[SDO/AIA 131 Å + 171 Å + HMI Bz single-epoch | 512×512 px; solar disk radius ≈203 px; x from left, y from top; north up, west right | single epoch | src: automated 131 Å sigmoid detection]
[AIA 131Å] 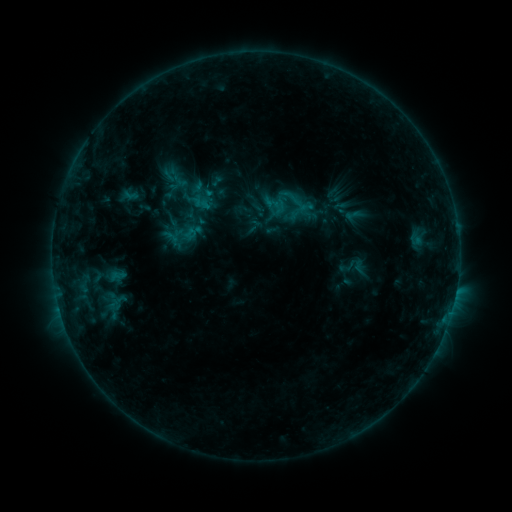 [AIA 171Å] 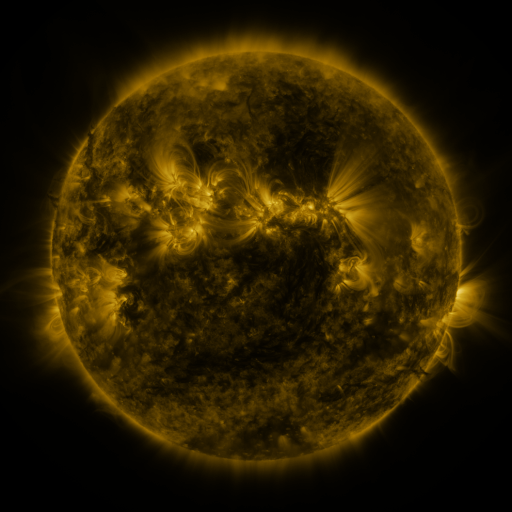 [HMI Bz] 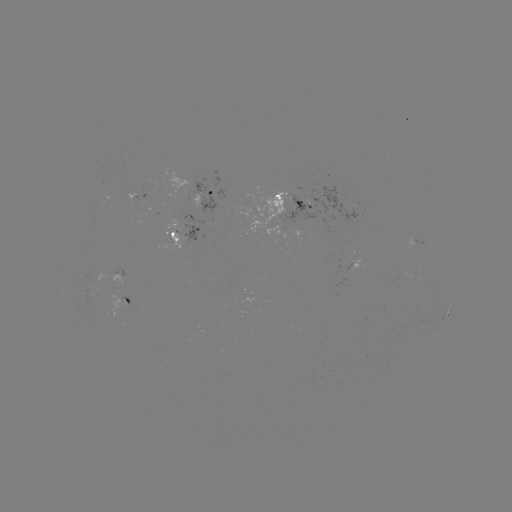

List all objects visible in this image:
sigmoid: (168, 168, 194, 194)
sigmoid: (260, 192, 289, 219)
sigmoid: (107, 294, 130, 311)
